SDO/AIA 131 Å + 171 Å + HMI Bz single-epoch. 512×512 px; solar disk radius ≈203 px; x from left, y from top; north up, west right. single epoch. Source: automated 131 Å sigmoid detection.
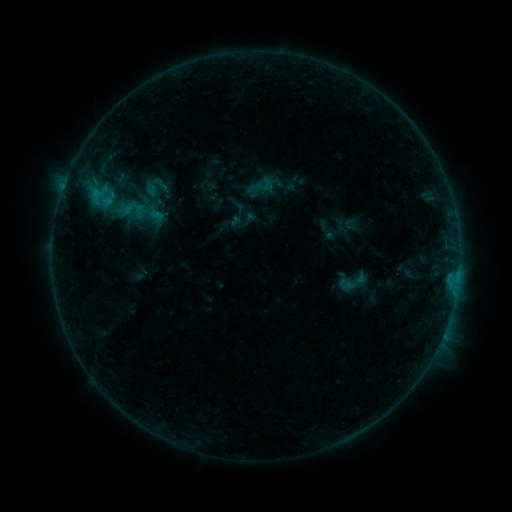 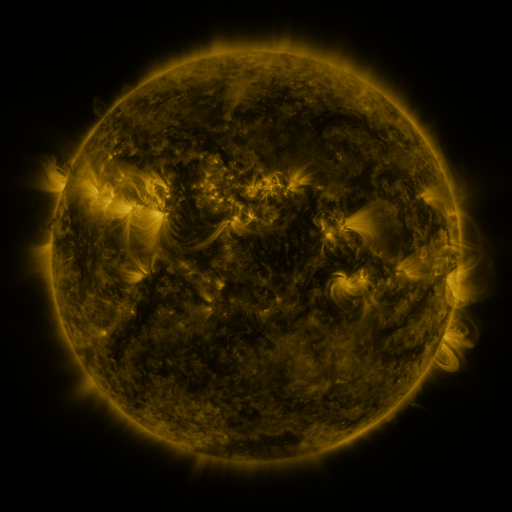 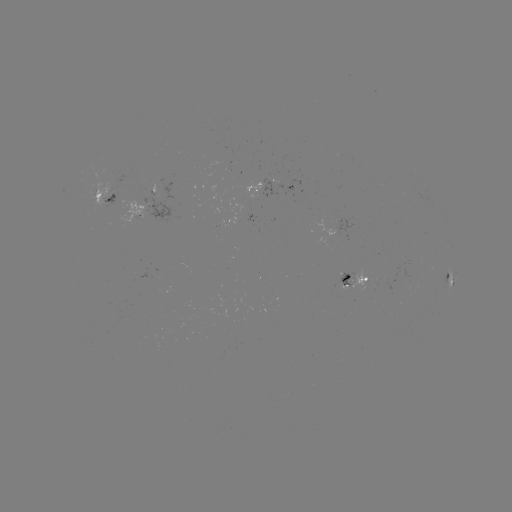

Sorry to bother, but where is sigmoid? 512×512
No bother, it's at (355, 282).